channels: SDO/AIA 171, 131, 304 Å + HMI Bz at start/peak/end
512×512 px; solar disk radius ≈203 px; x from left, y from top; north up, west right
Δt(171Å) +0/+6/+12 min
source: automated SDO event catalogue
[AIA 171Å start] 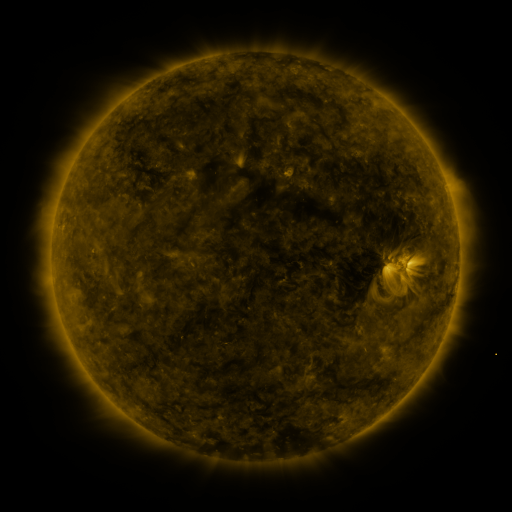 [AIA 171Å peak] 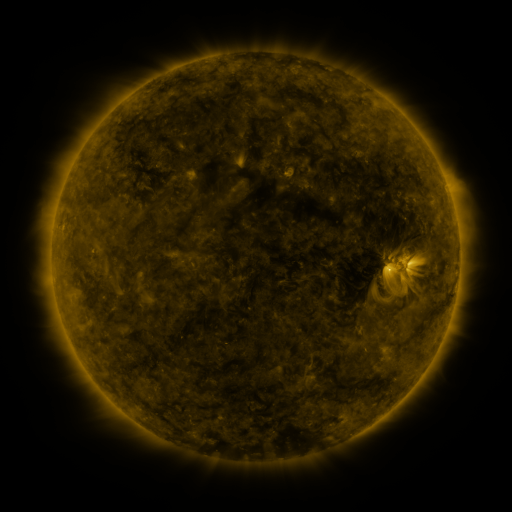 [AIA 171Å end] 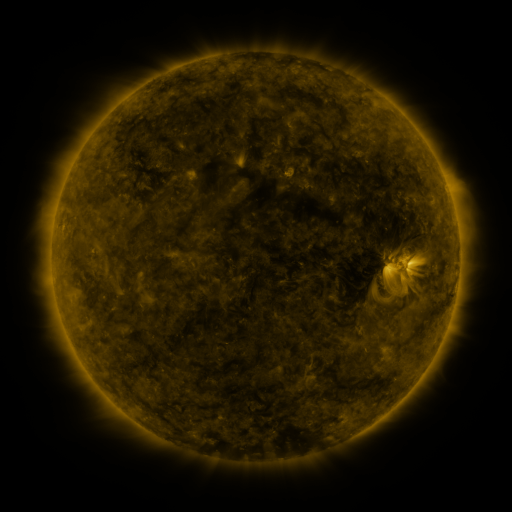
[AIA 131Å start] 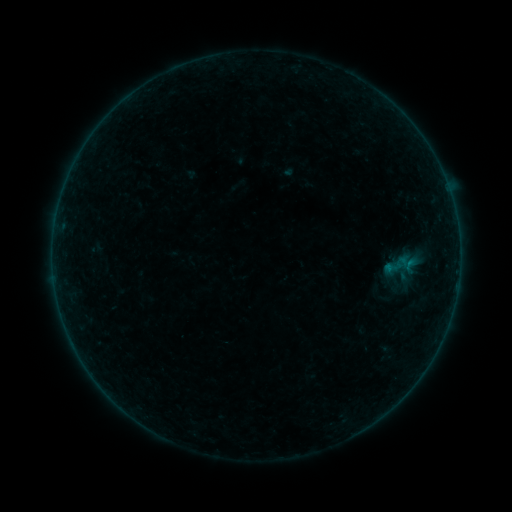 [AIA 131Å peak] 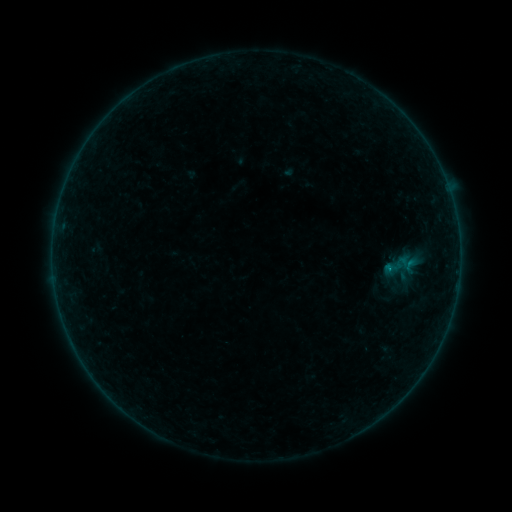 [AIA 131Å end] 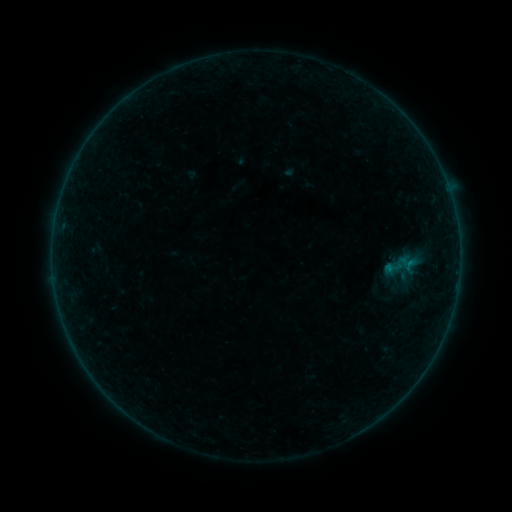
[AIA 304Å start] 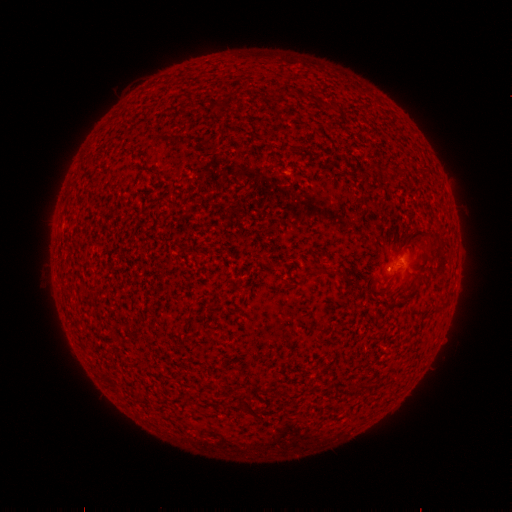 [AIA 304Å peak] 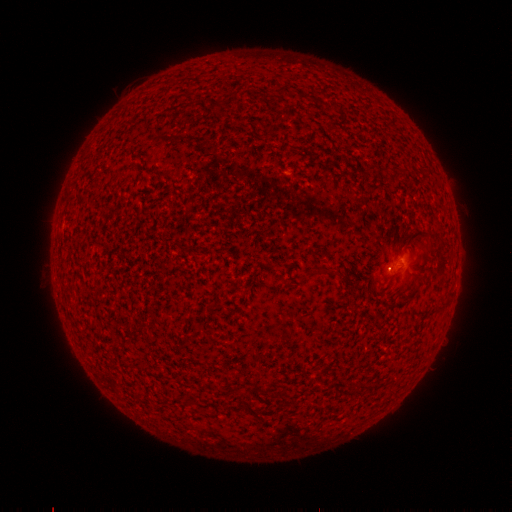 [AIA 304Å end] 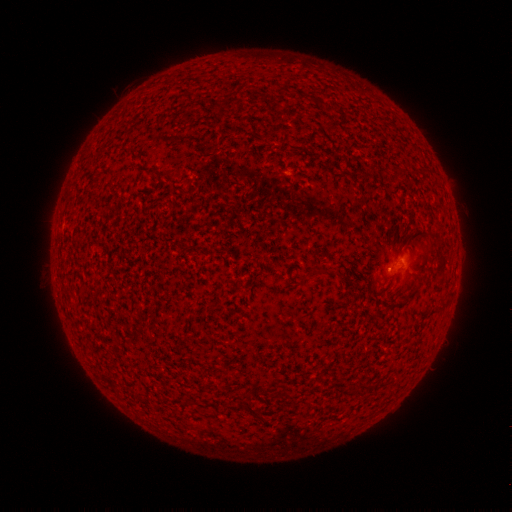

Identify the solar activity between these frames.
B1.2 flare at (388, 269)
